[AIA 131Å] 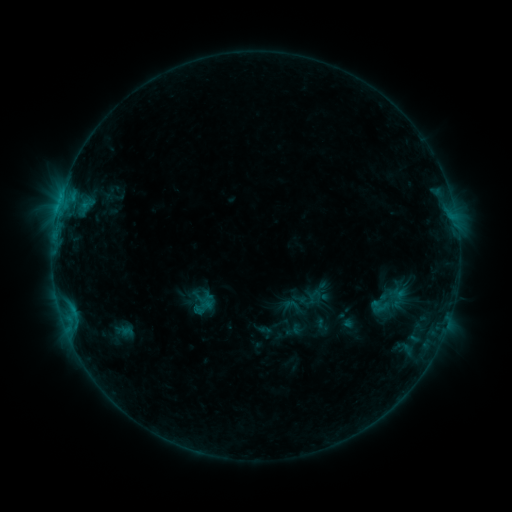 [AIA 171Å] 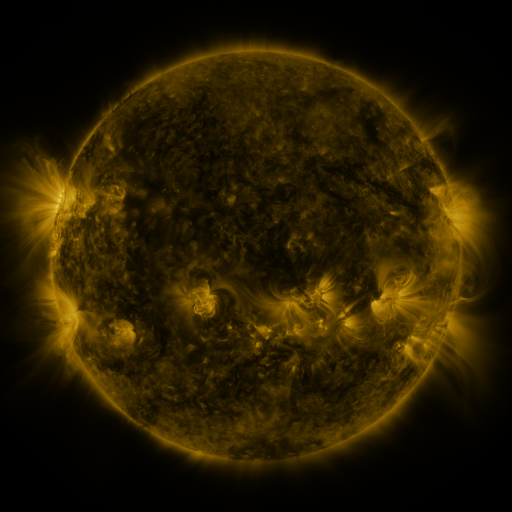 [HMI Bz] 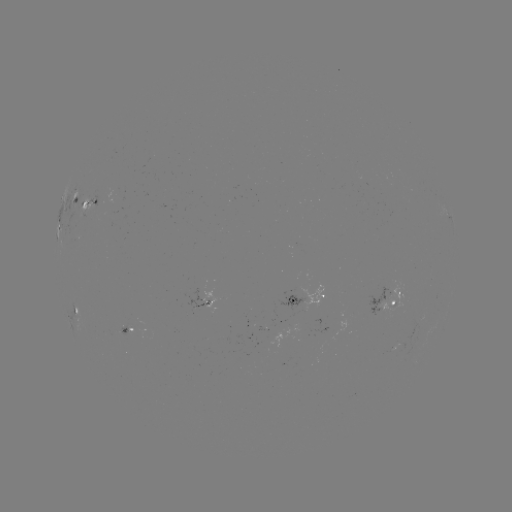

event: sigmoid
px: (379, 306)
